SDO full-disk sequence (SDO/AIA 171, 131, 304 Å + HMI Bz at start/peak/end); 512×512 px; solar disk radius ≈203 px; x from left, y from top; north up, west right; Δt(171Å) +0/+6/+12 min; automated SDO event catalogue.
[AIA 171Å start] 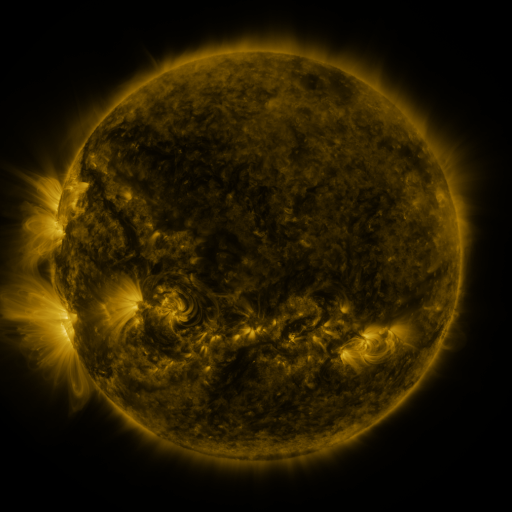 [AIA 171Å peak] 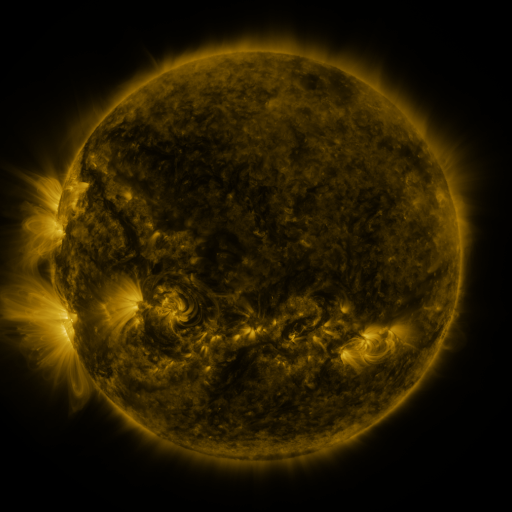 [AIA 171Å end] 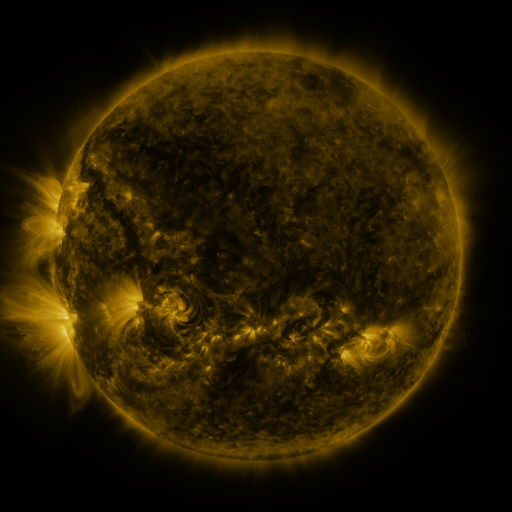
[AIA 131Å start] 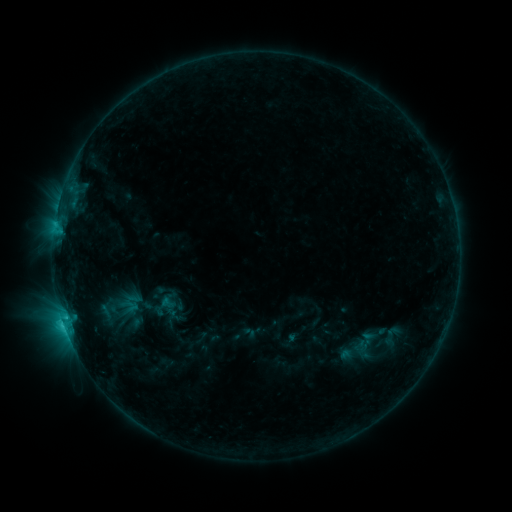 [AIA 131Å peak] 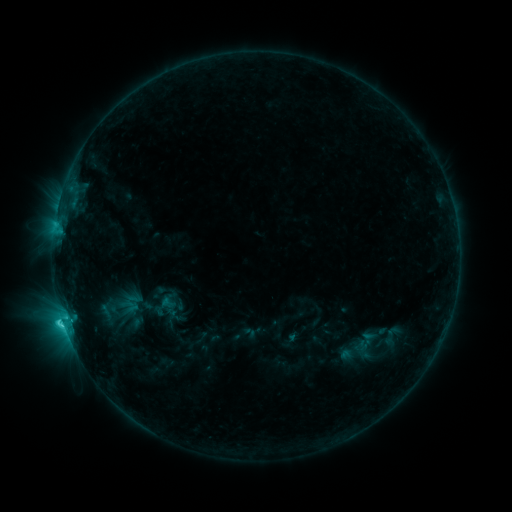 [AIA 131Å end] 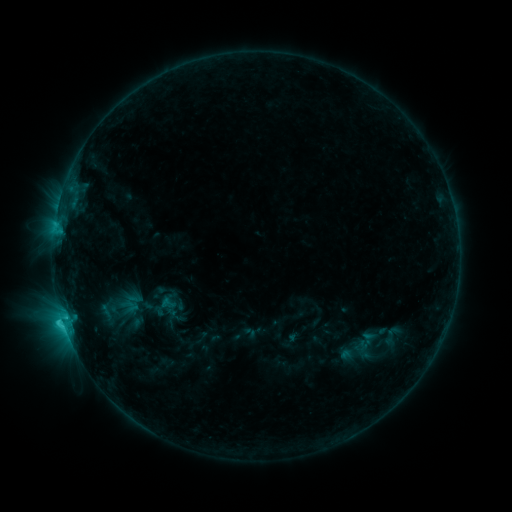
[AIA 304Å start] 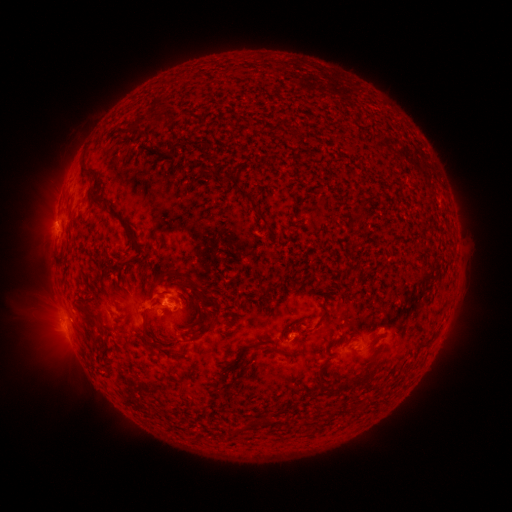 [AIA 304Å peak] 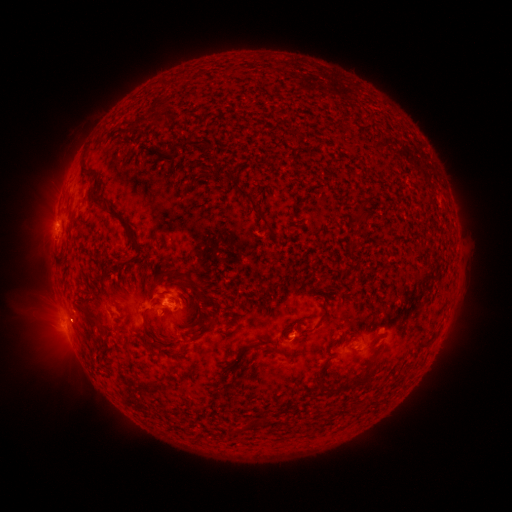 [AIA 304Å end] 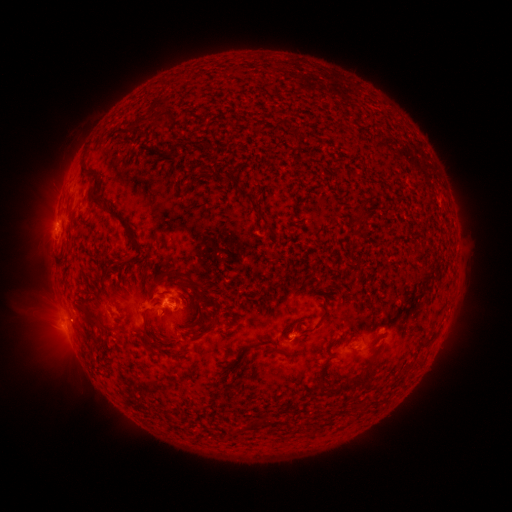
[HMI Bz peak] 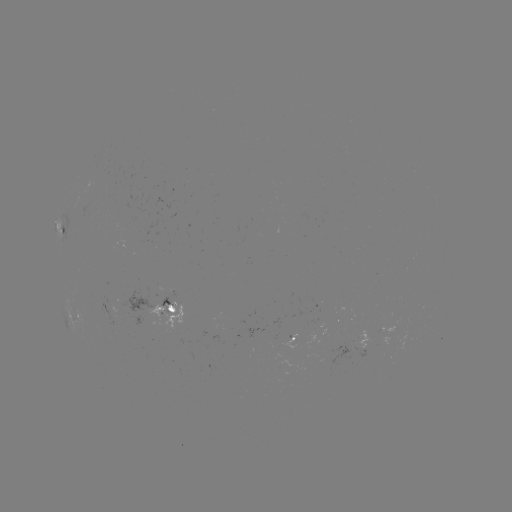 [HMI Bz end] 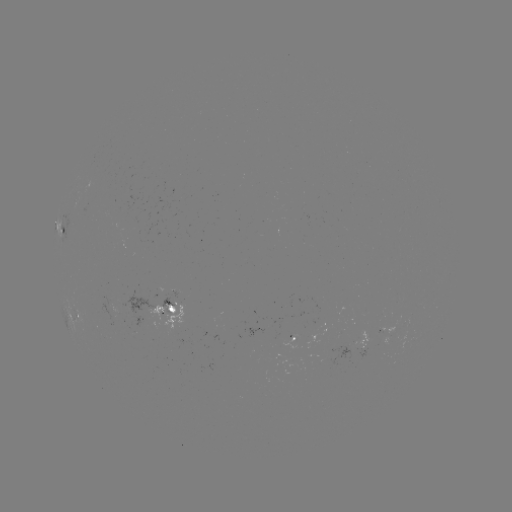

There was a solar flare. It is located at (57, 223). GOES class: C1.8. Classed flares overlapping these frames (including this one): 1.